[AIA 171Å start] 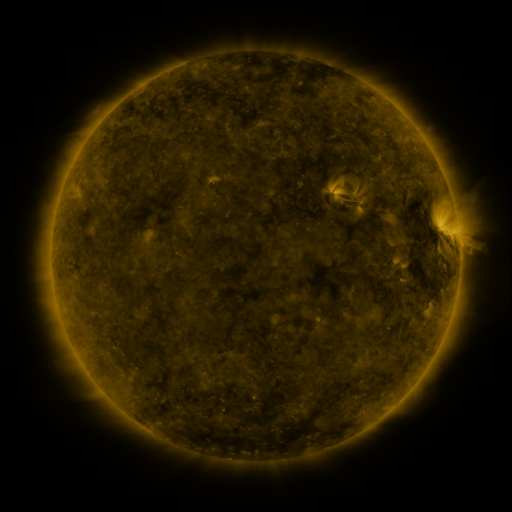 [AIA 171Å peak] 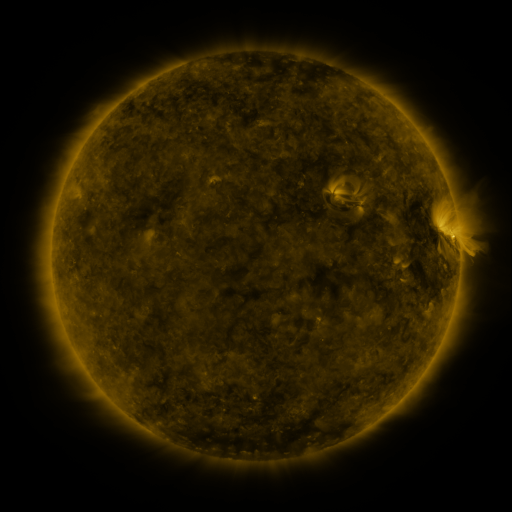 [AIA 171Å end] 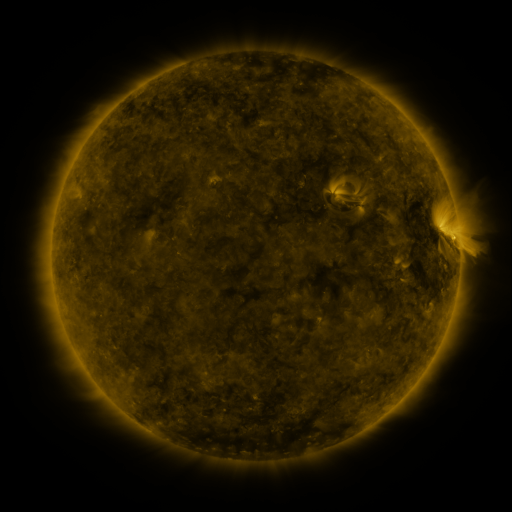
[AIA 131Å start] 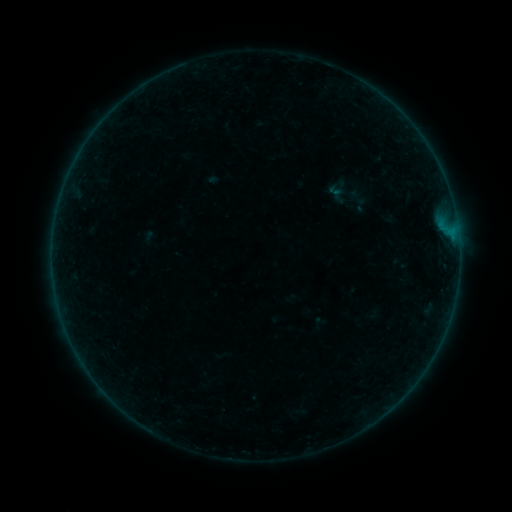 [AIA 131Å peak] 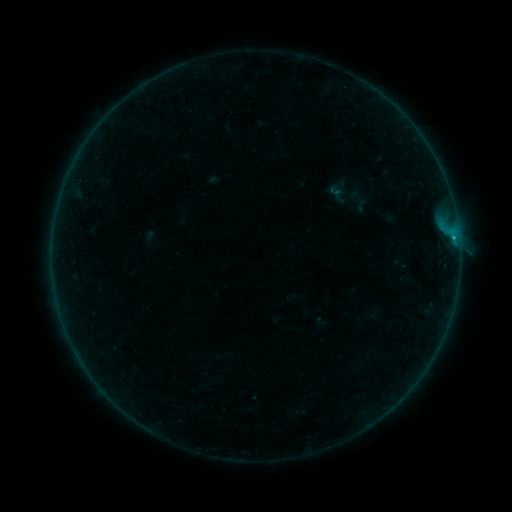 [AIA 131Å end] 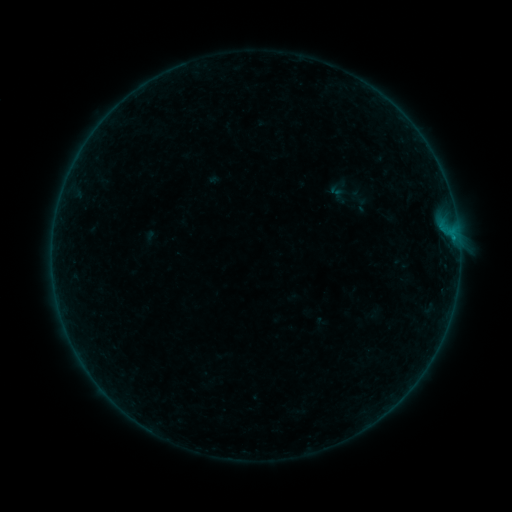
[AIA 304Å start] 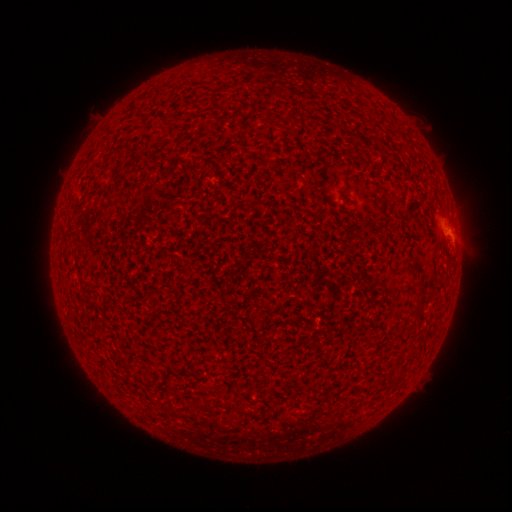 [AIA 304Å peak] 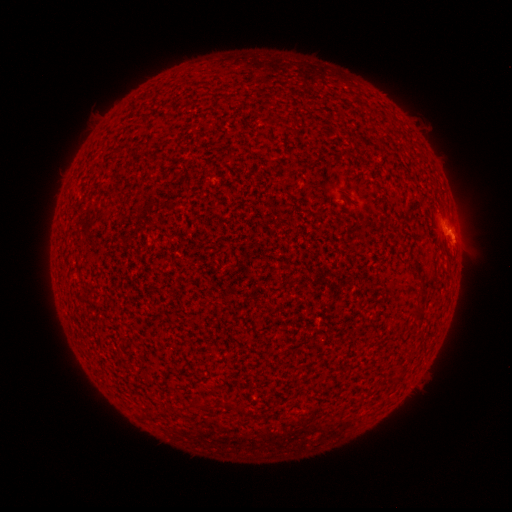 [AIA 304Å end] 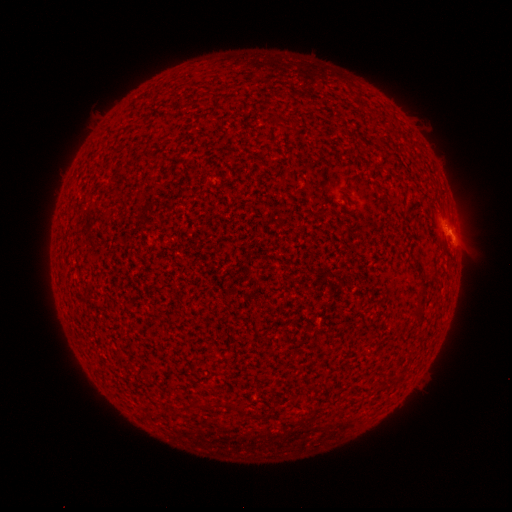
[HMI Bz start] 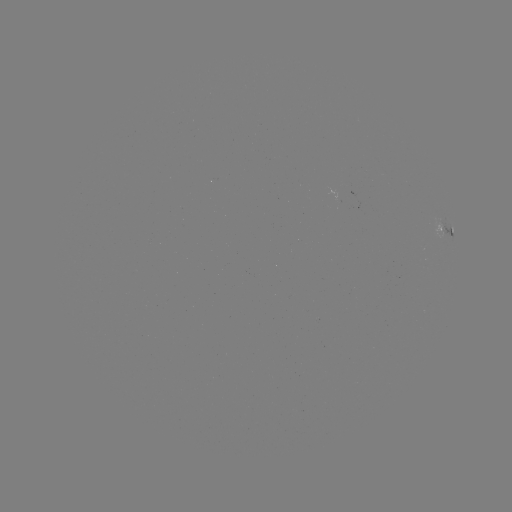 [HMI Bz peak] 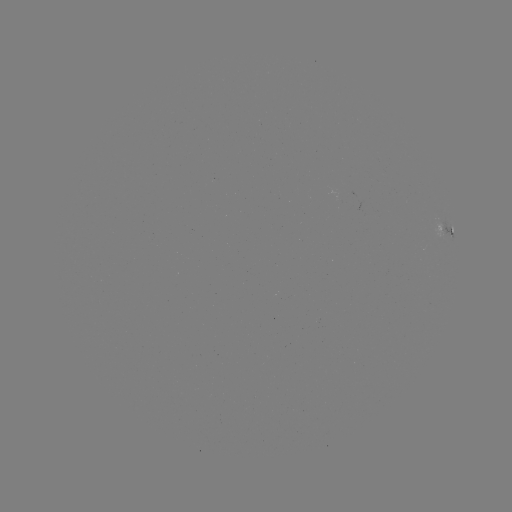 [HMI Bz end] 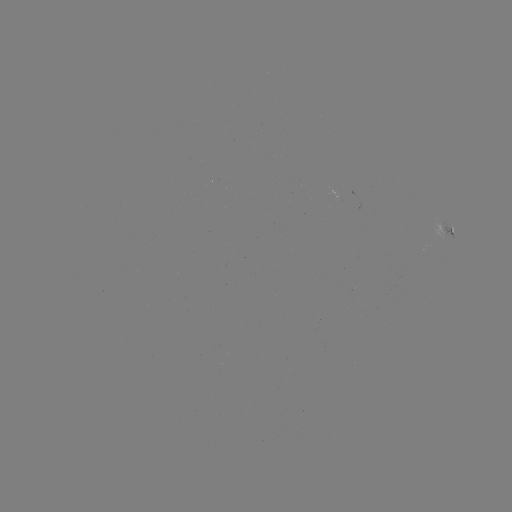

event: flare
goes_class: B3.5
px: (453, 237)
